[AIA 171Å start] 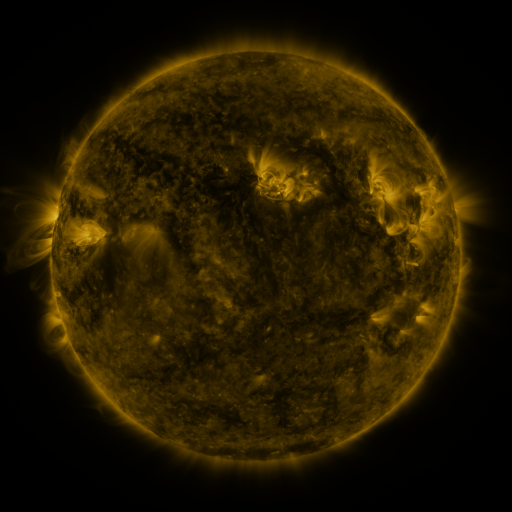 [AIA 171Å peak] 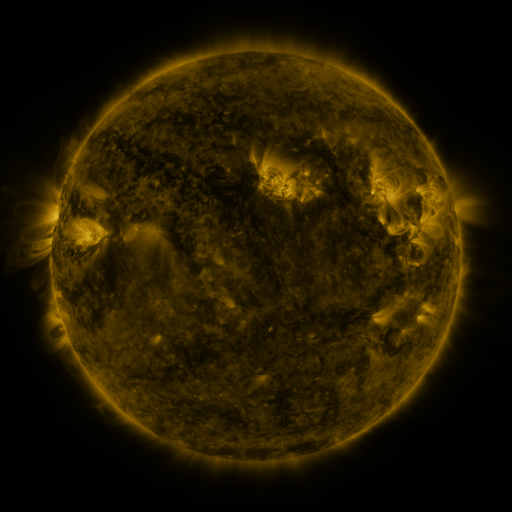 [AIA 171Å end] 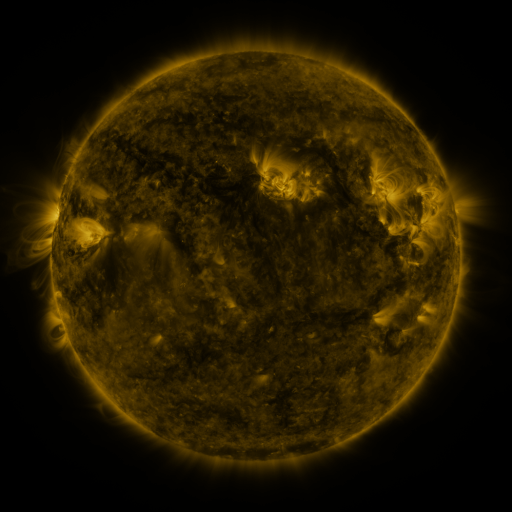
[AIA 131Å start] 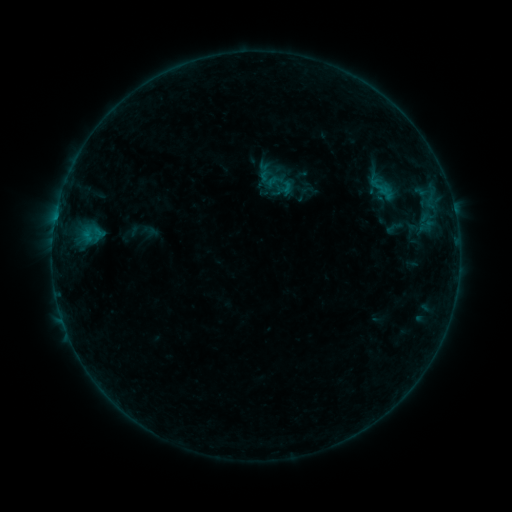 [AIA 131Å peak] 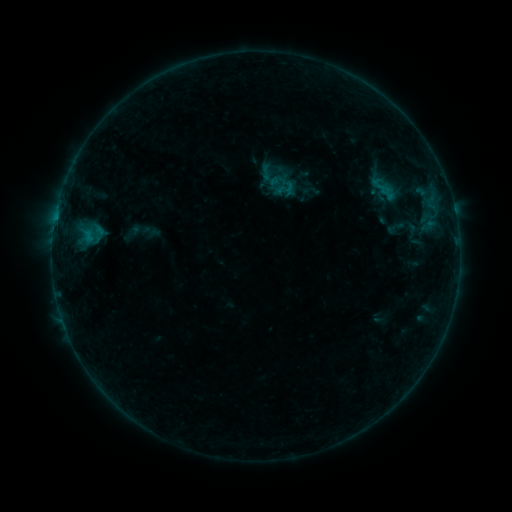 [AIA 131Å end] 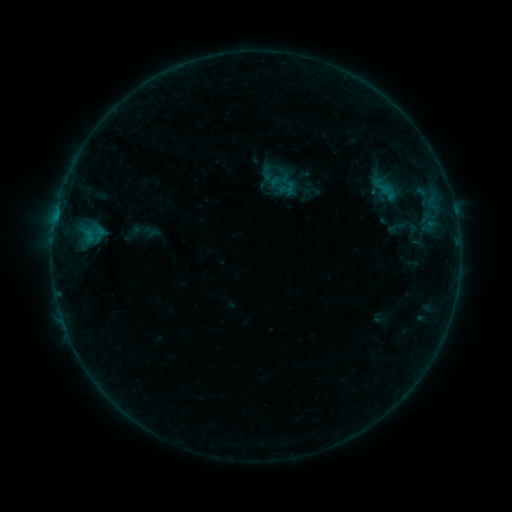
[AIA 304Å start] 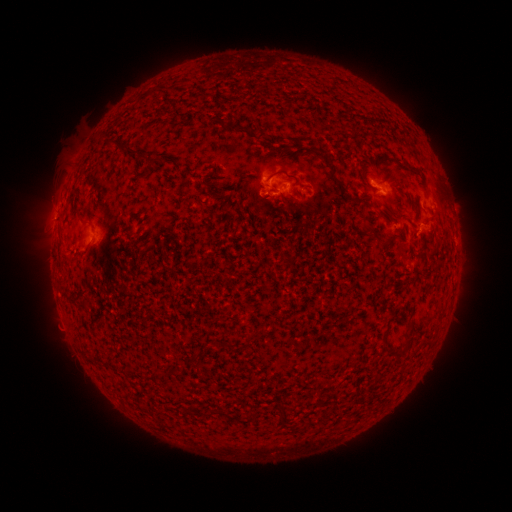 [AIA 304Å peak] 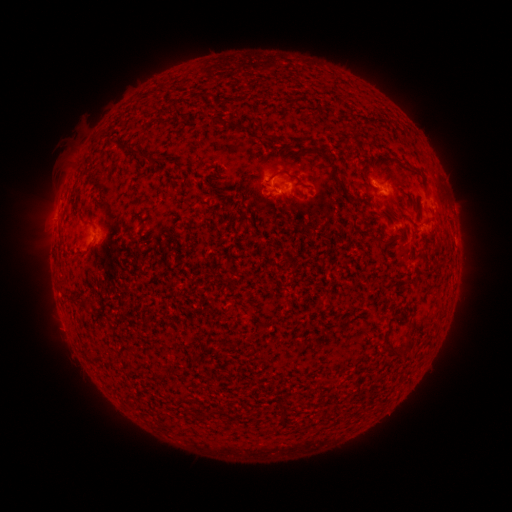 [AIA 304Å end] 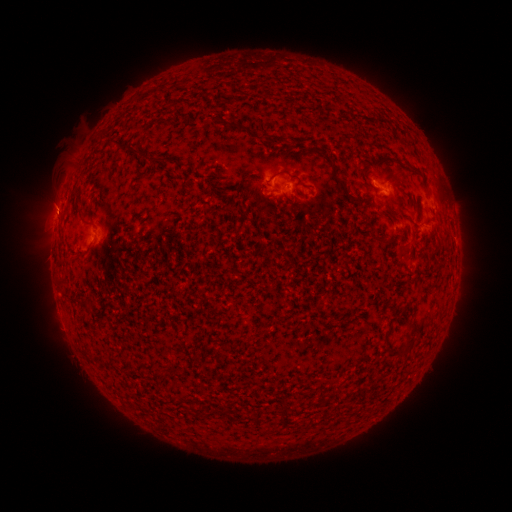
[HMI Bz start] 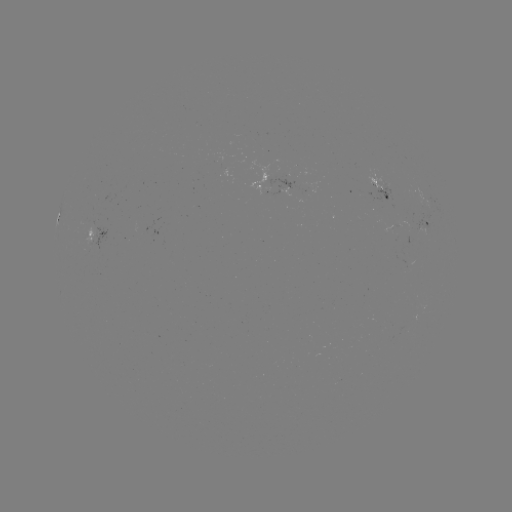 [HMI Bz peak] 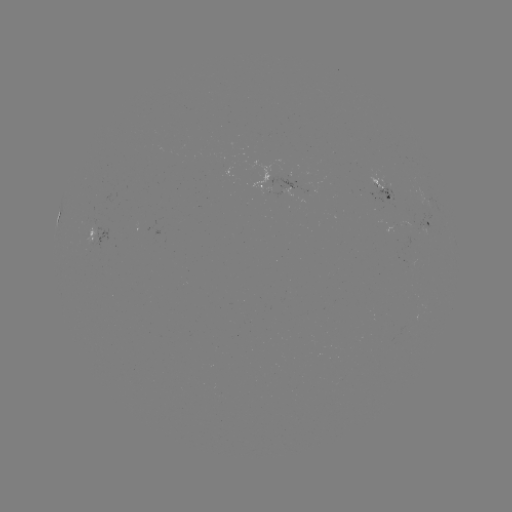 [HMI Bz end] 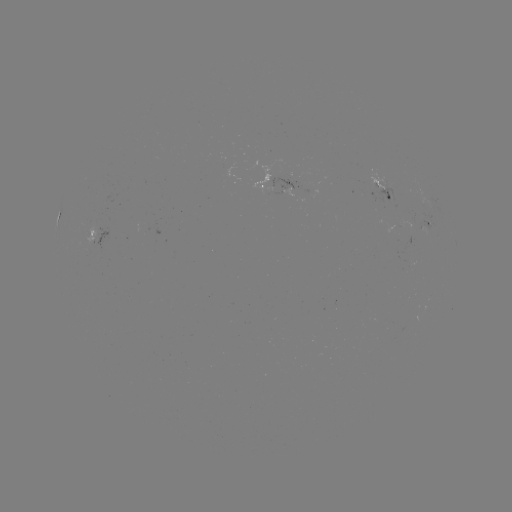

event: emerging-flux region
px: (298, 190)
